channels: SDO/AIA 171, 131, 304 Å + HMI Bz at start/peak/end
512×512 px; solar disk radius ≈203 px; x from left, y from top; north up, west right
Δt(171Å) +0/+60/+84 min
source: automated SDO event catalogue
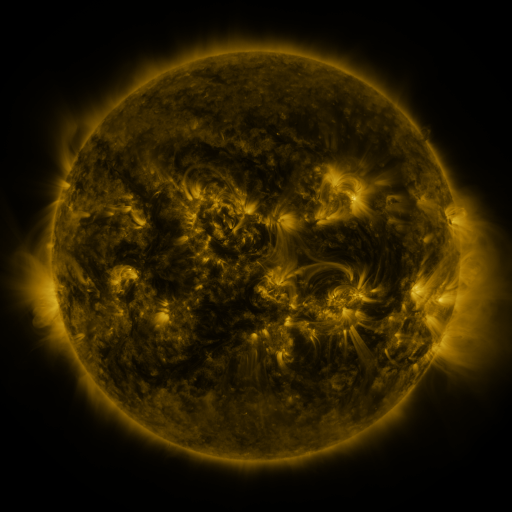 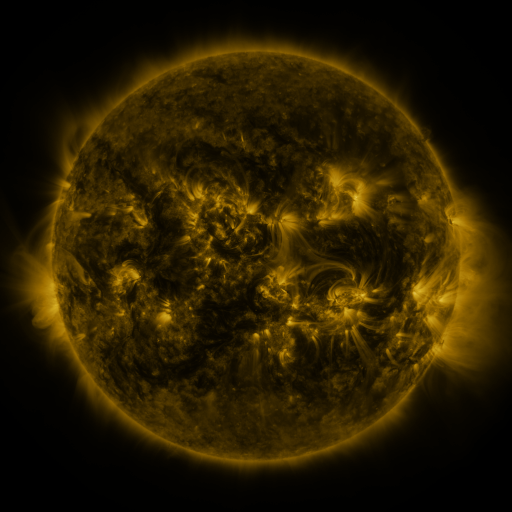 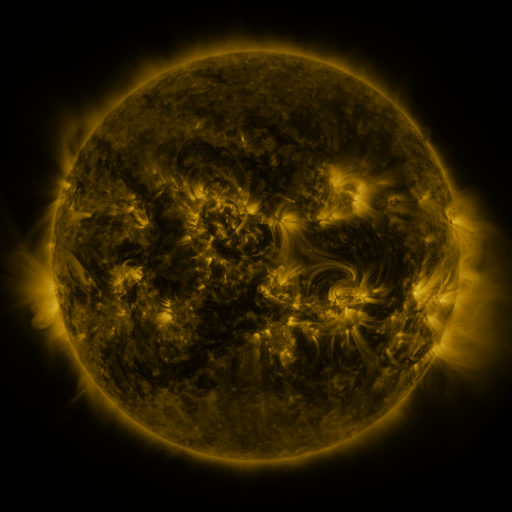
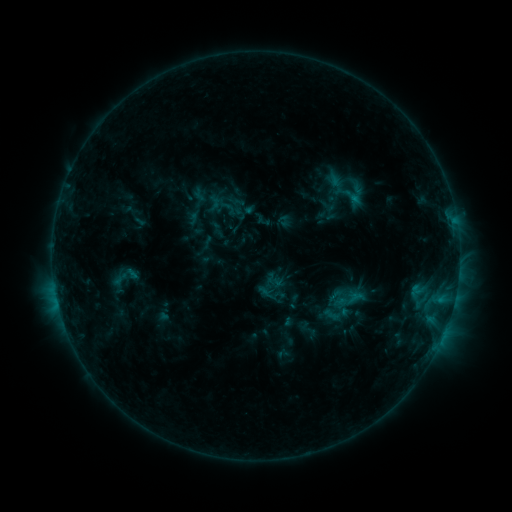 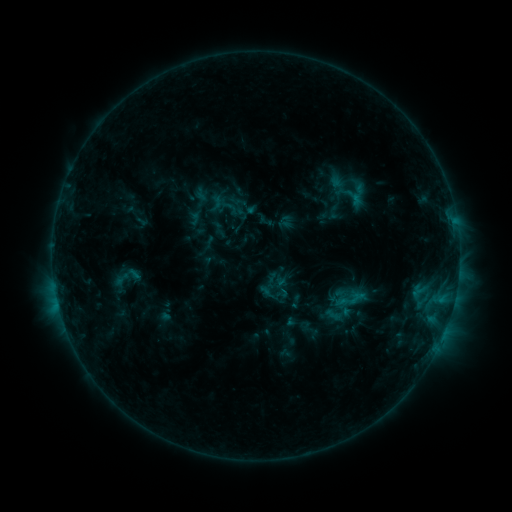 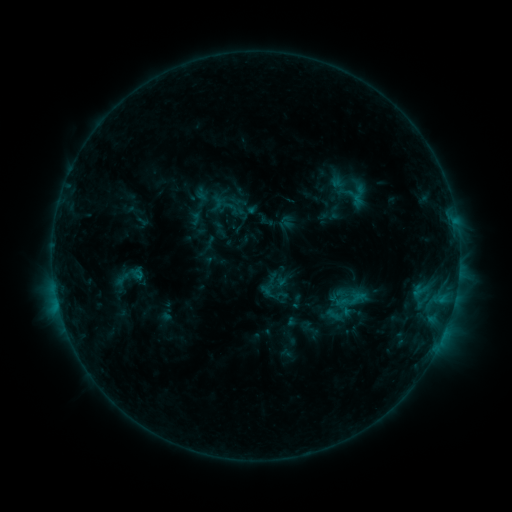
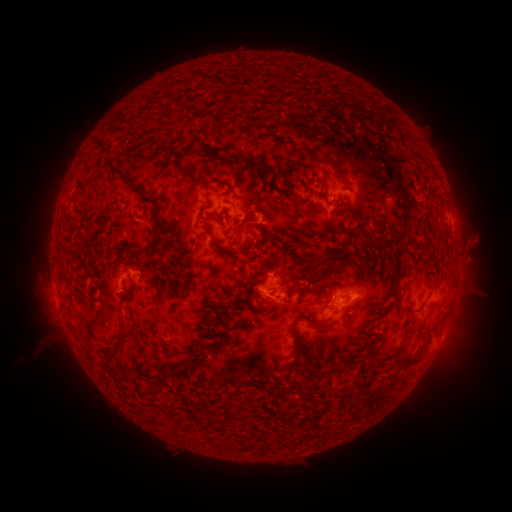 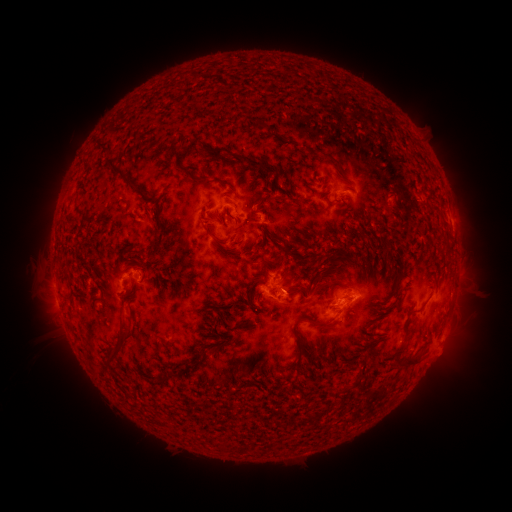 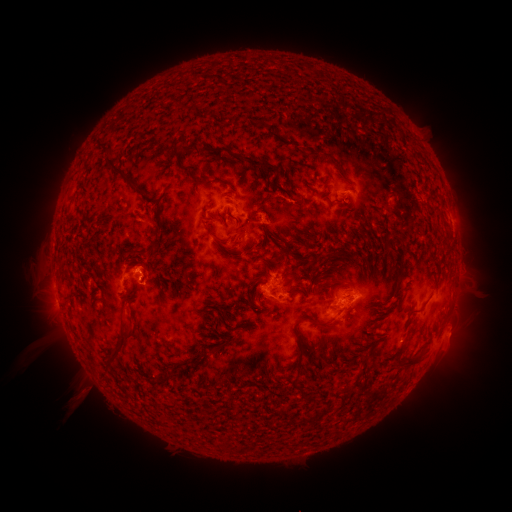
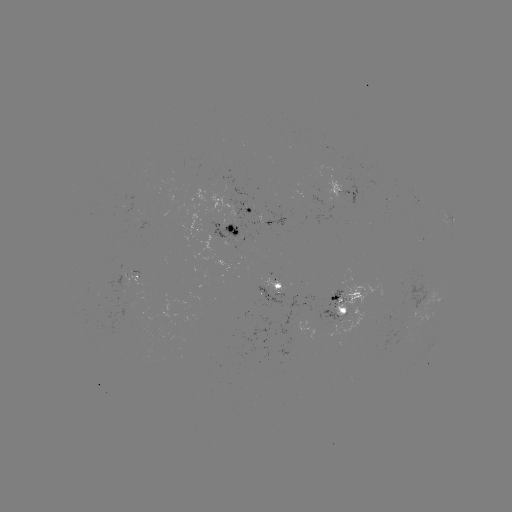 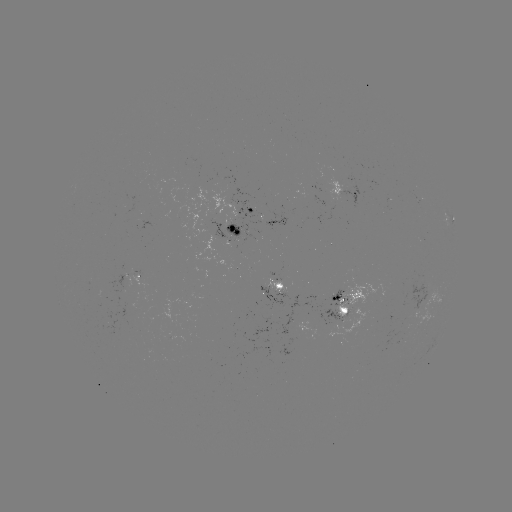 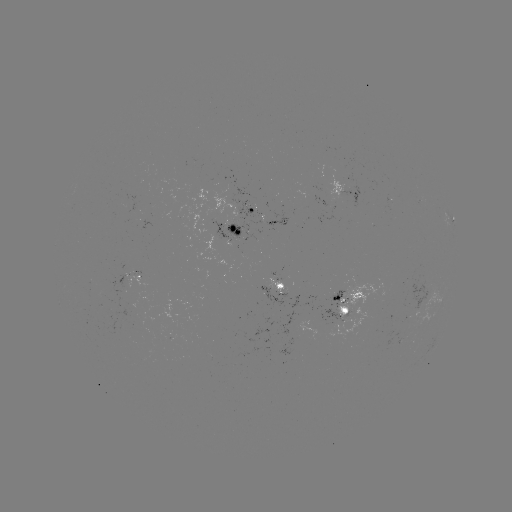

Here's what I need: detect emerging-flux region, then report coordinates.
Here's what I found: emerging-flux region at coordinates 335,197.